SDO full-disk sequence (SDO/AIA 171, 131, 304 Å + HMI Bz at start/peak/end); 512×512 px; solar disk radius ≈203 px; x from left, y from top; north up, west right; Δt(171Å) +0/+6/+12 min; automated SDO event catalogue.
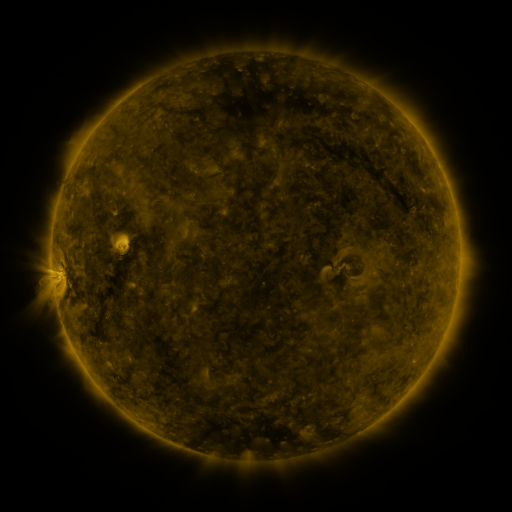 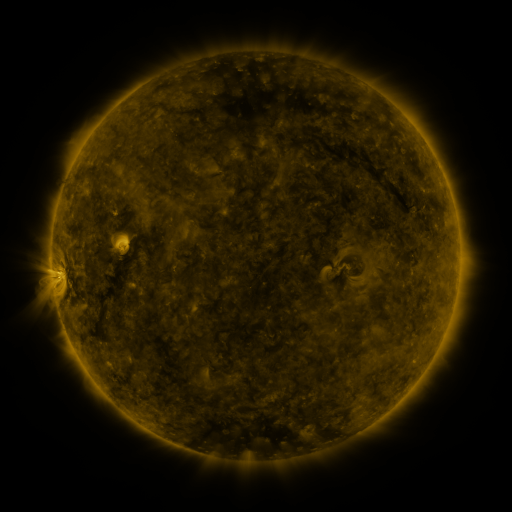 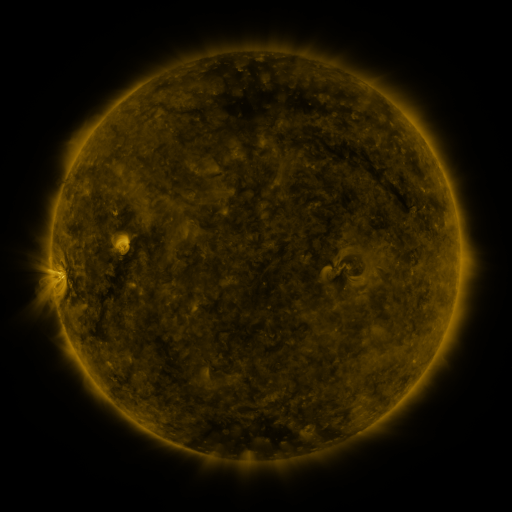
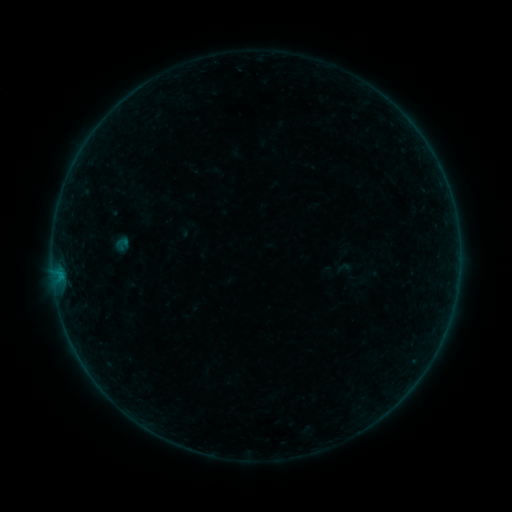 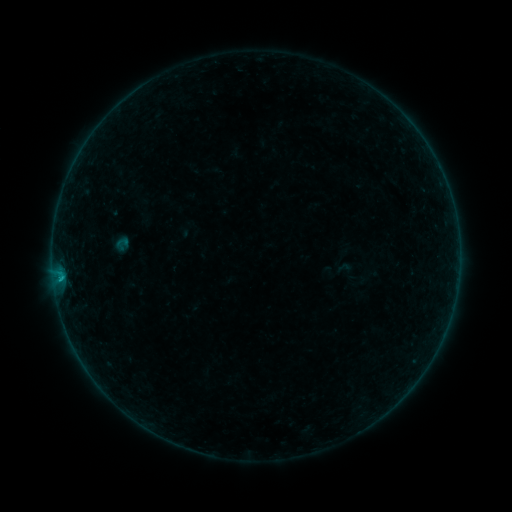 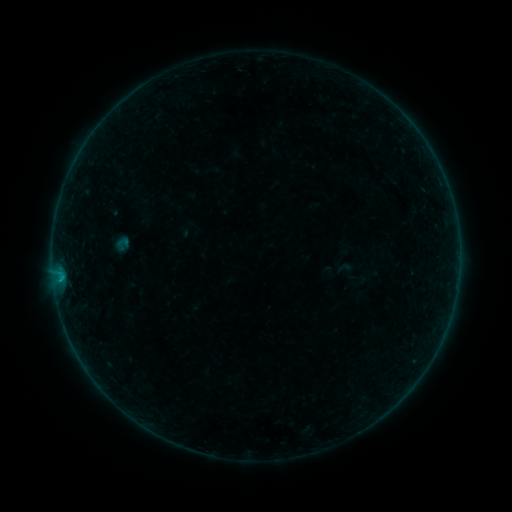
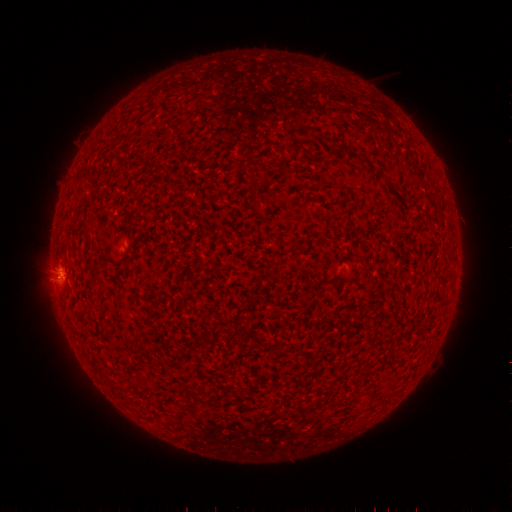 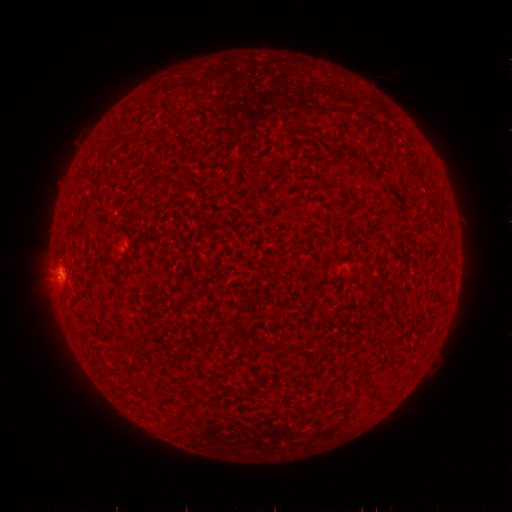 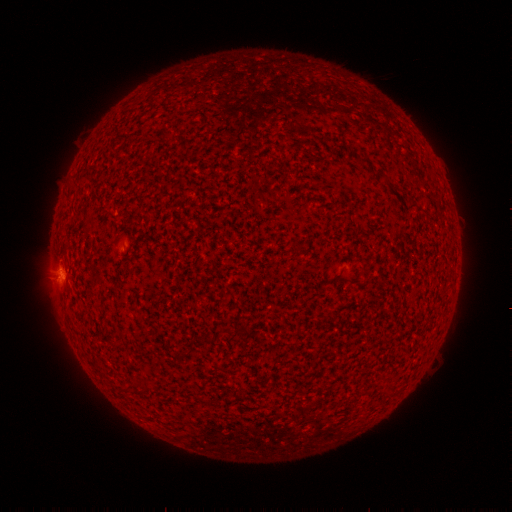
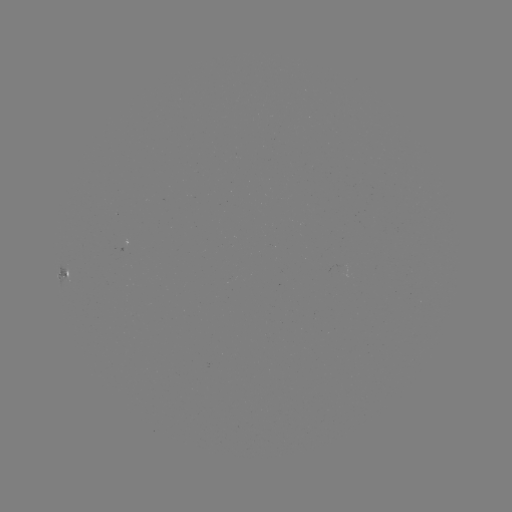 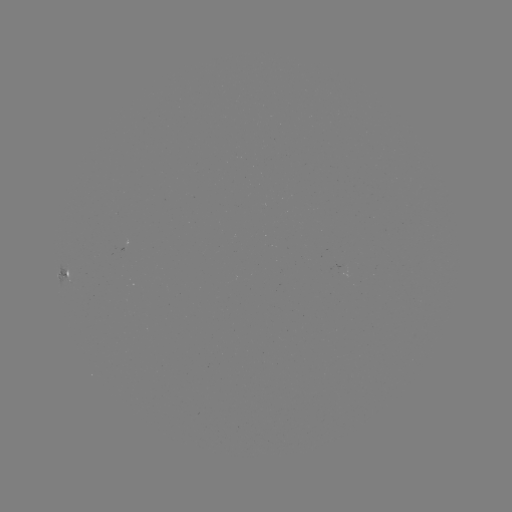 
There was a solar flare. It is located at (62, 278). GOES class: B3.0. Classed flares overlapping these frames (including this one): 1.